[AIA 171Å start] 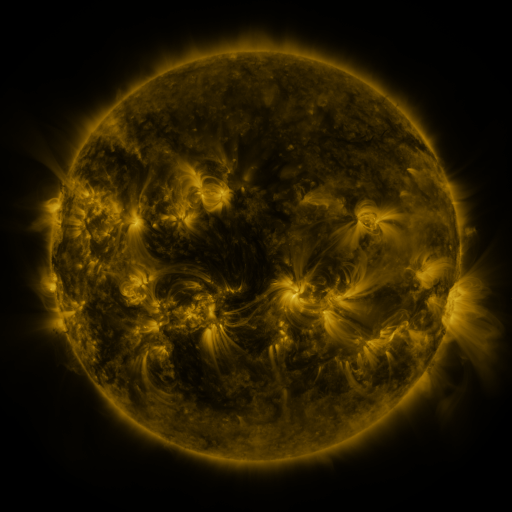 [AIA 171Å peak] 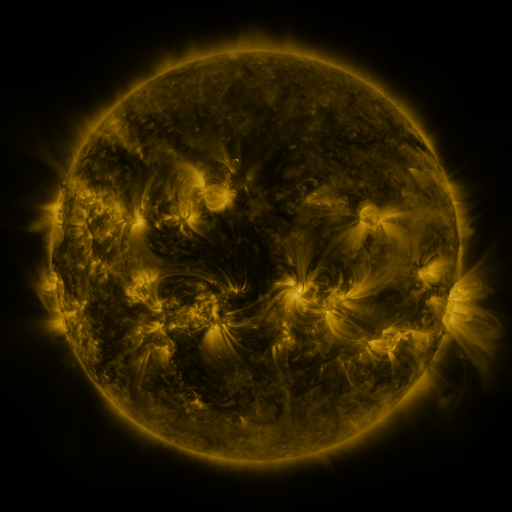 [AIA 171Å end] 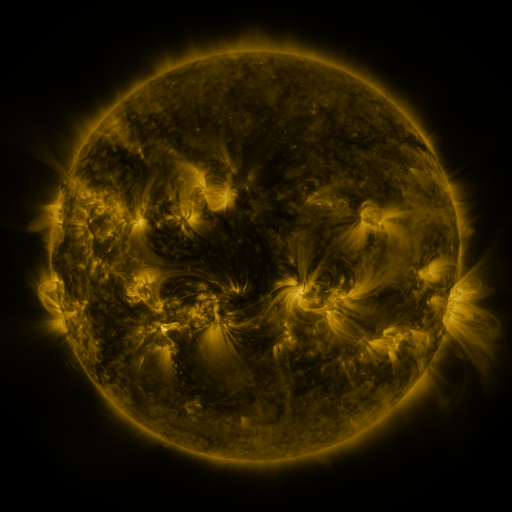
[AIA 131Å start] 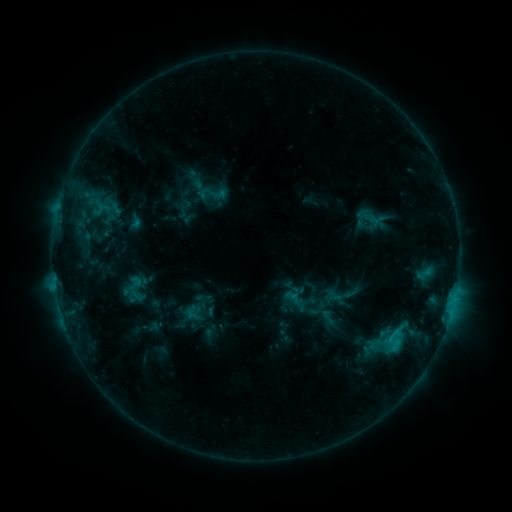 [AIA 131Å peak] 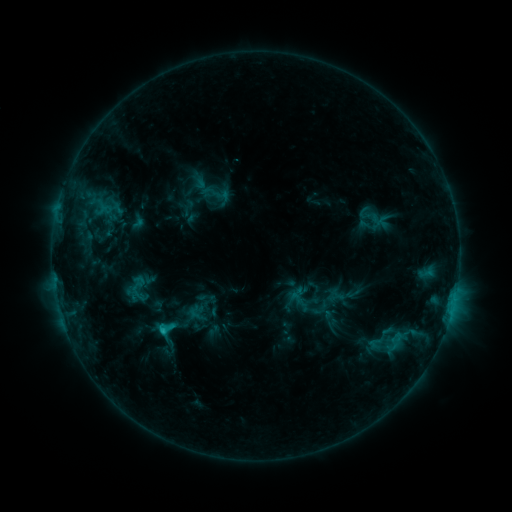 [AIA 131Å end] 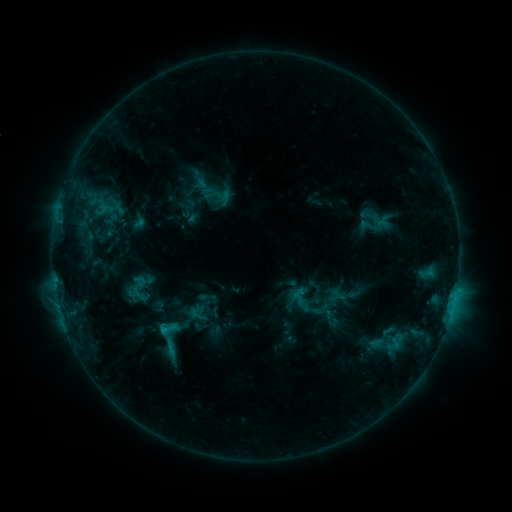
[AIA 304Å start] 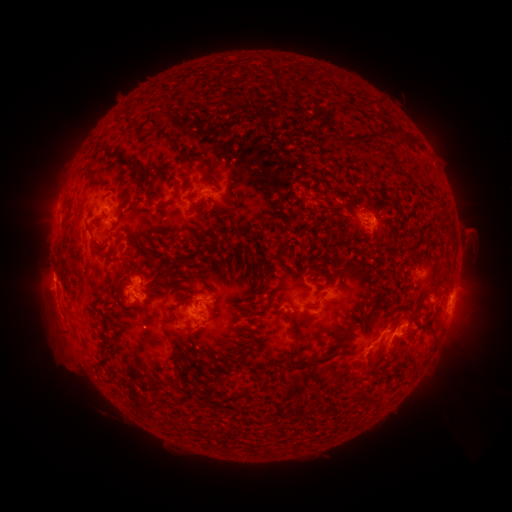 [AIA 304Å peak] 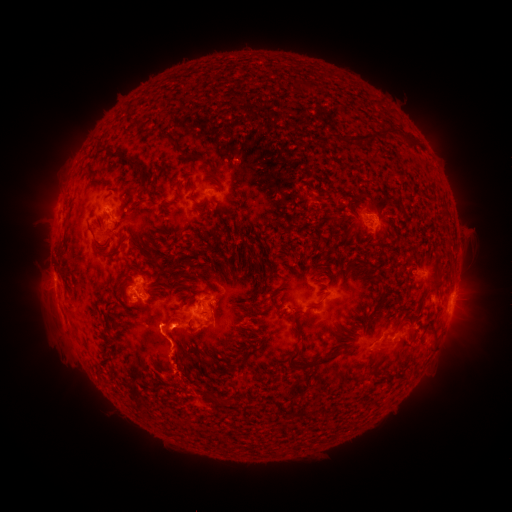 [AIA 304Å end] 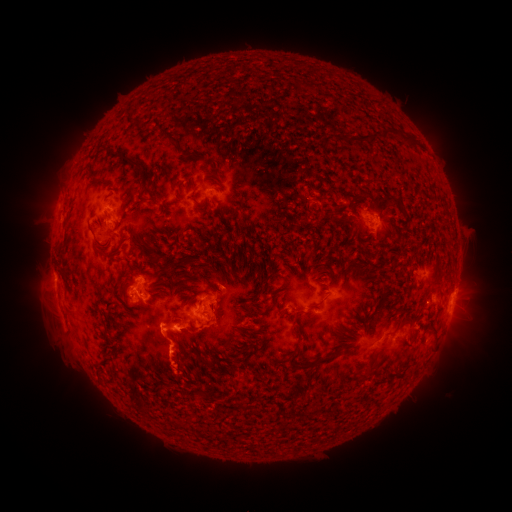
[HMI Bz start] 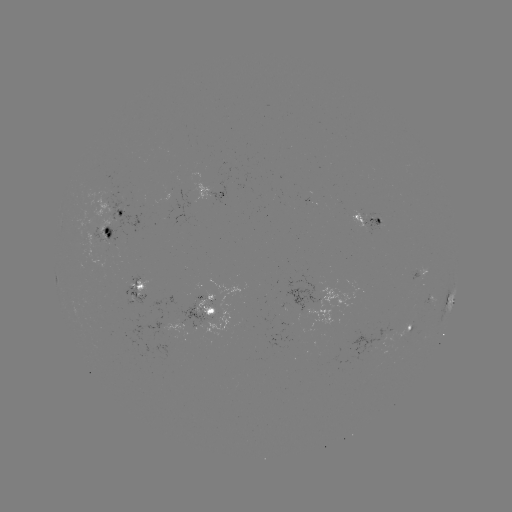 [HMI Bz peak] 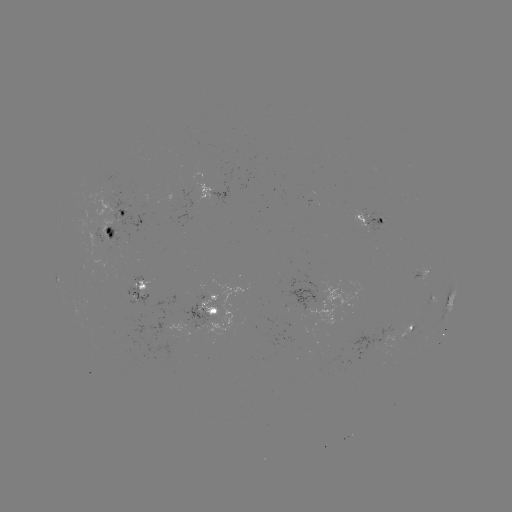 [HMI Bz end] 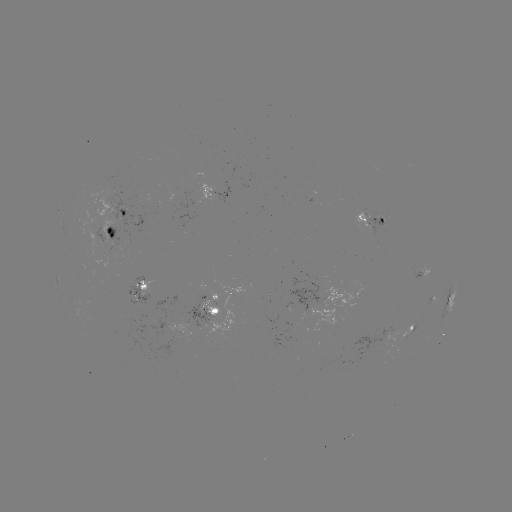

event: emerging-flux region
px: (398, 331)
